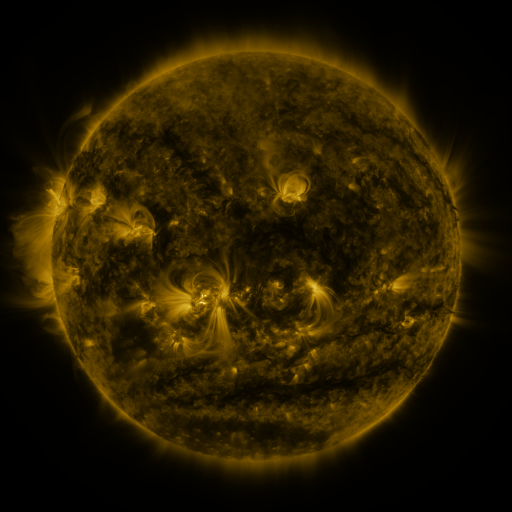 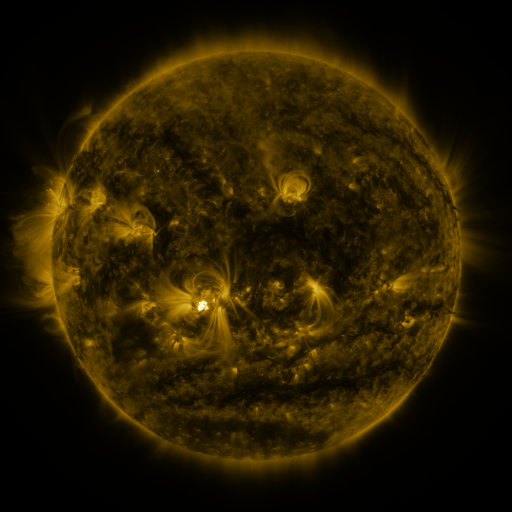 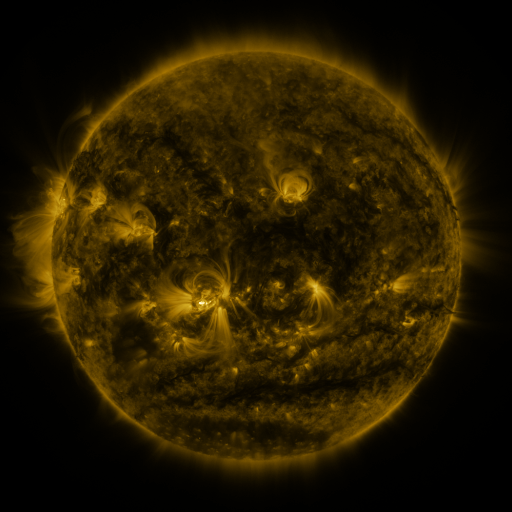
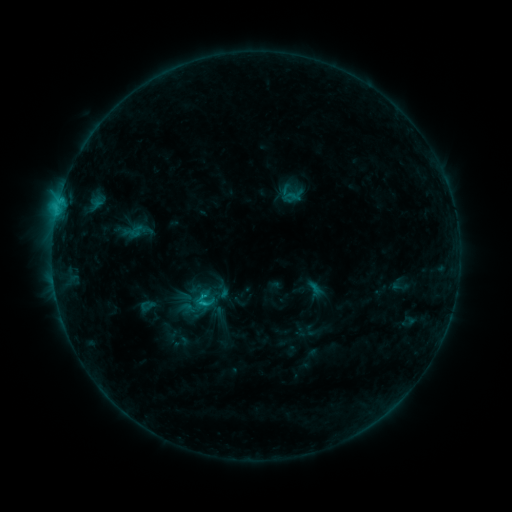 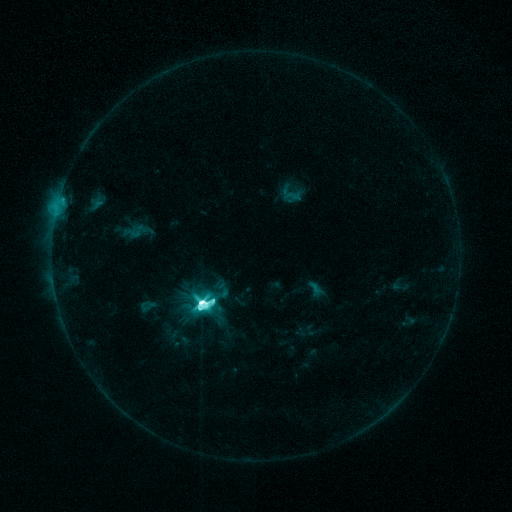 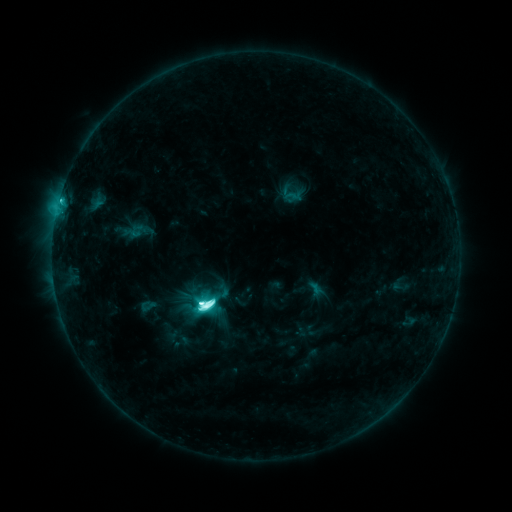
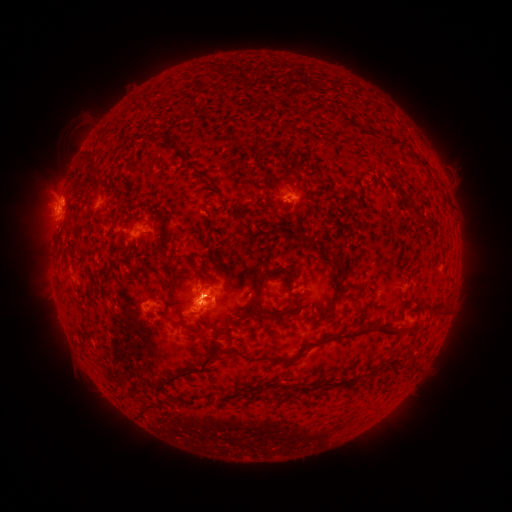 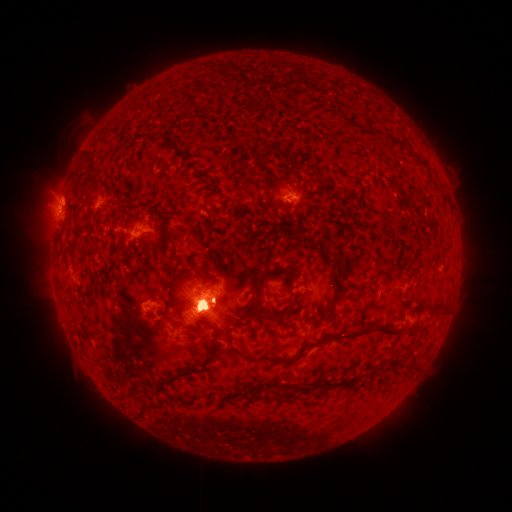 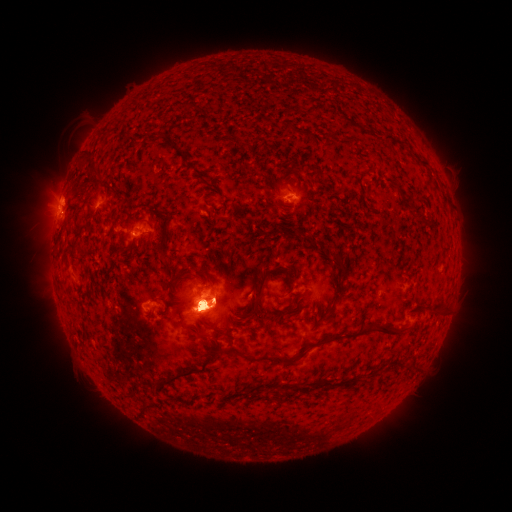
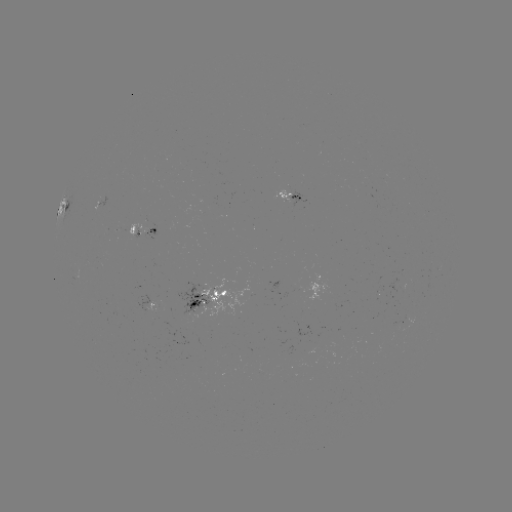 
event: flare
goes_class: M2.6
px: (205, 299)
